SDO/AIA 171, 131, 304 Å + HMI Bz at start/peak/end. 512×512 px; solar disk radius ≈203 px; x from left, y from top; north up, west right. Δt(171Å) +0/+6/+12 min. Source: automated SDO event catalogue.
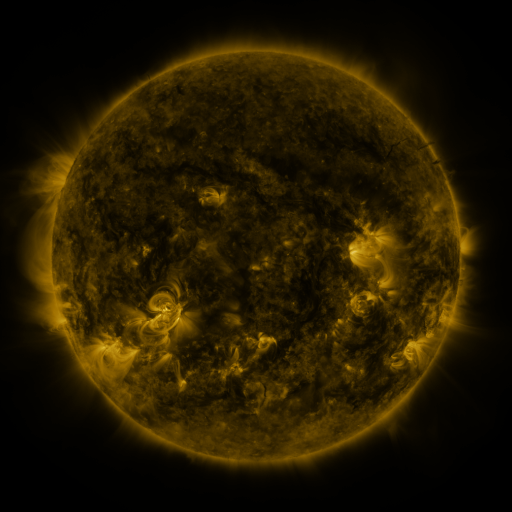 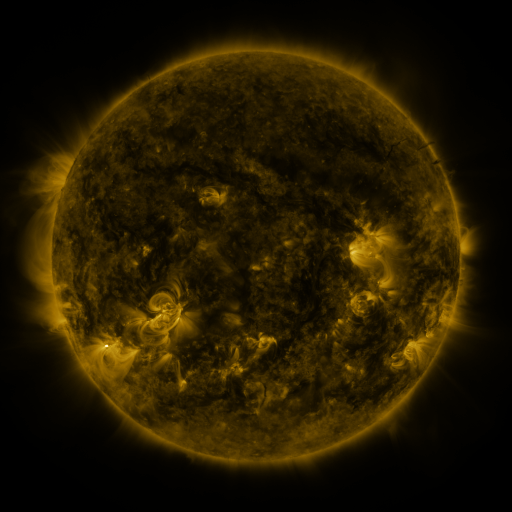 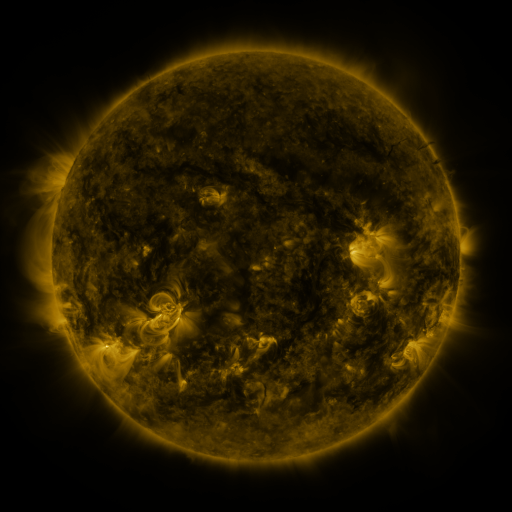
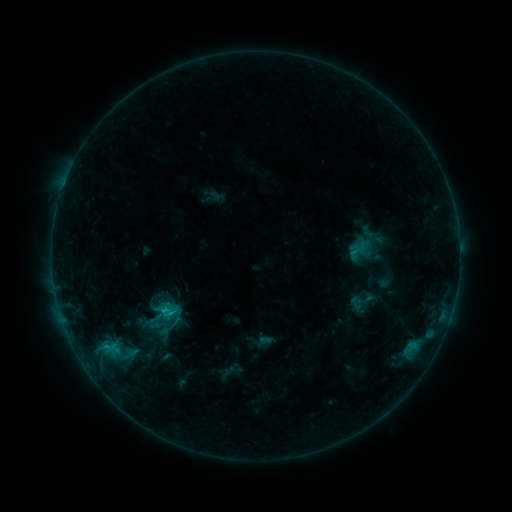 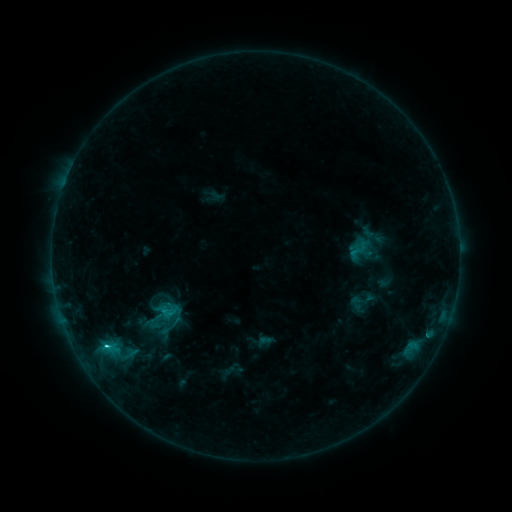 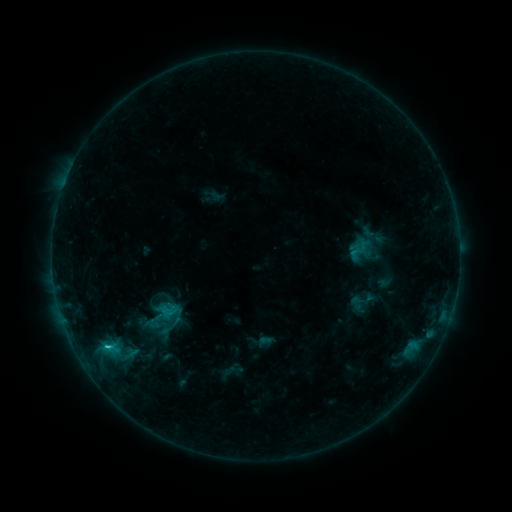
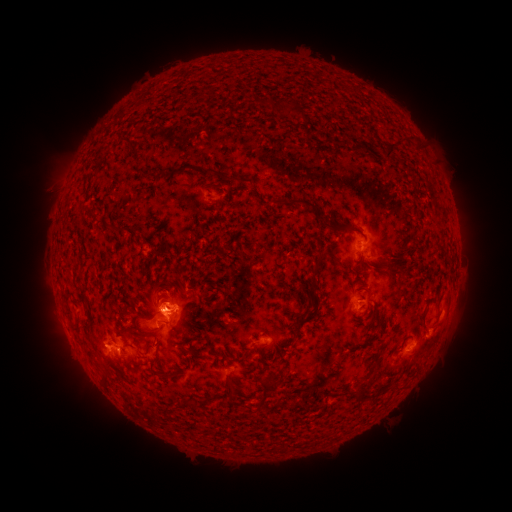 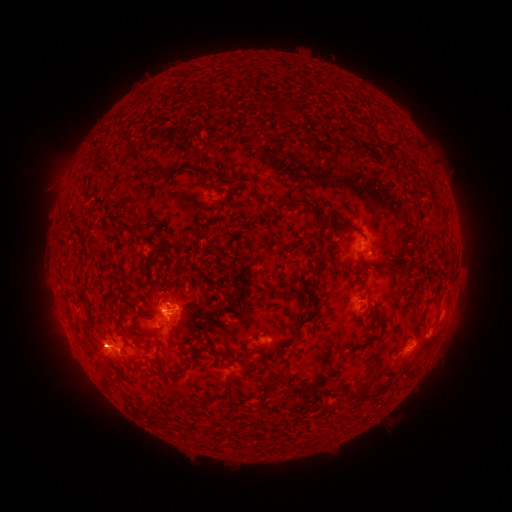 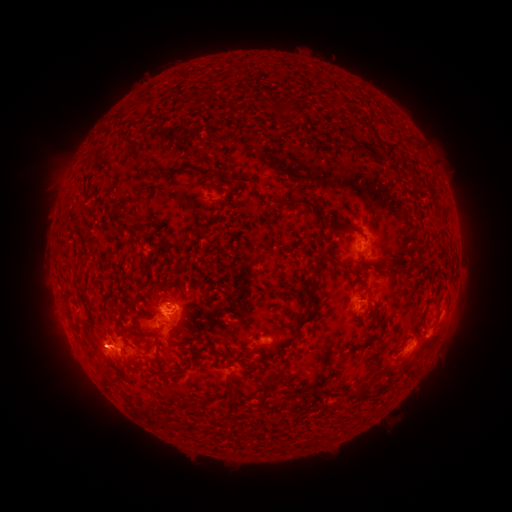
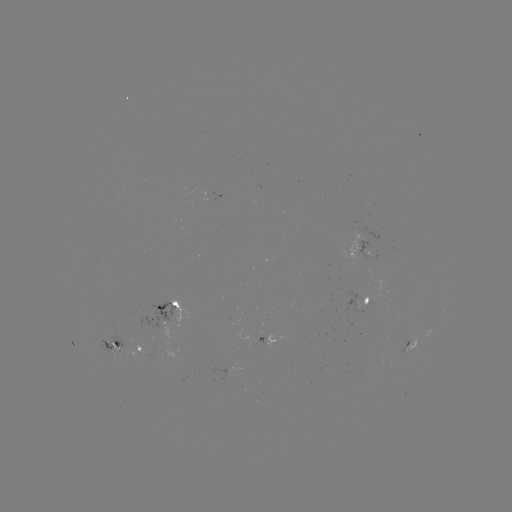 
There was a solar flare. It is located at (106, 347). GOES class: C1.6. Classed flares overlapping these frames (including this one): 1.